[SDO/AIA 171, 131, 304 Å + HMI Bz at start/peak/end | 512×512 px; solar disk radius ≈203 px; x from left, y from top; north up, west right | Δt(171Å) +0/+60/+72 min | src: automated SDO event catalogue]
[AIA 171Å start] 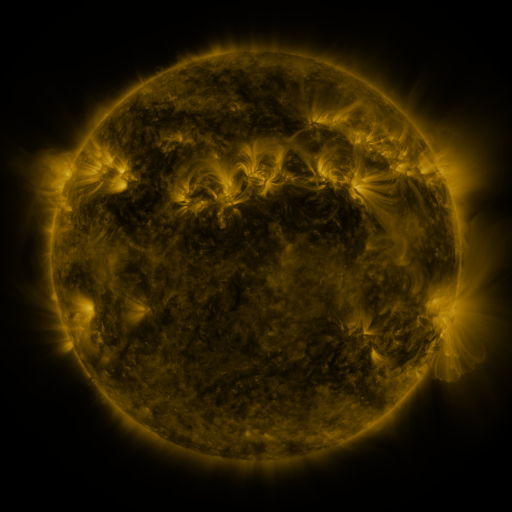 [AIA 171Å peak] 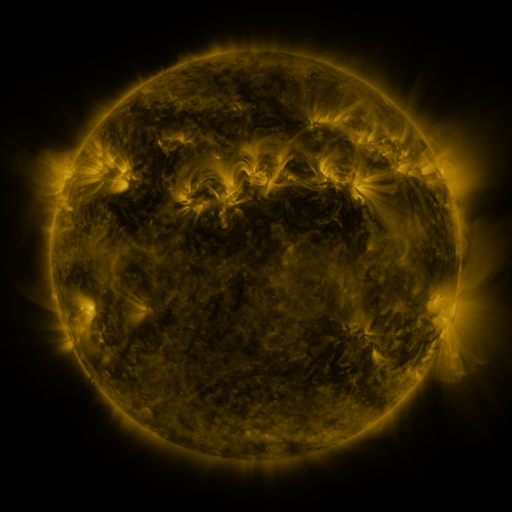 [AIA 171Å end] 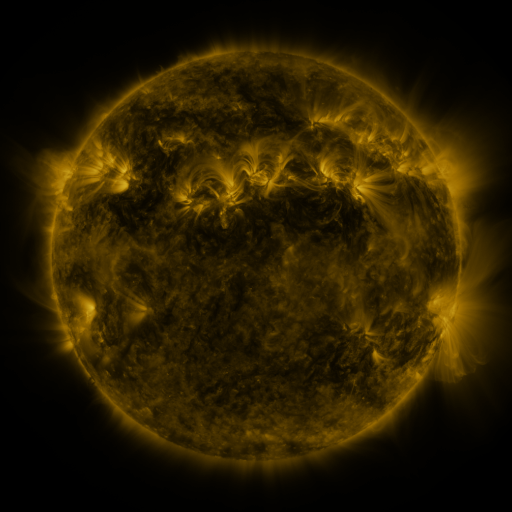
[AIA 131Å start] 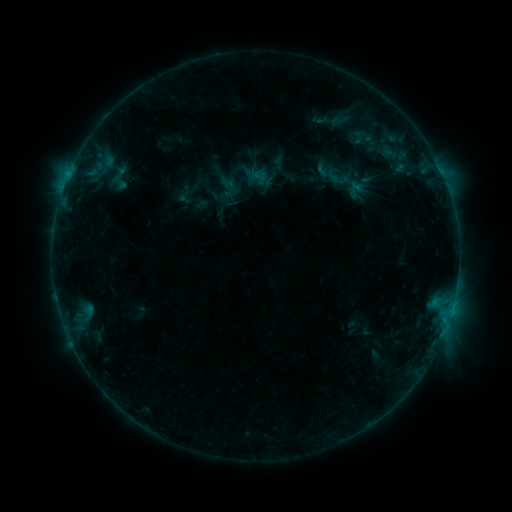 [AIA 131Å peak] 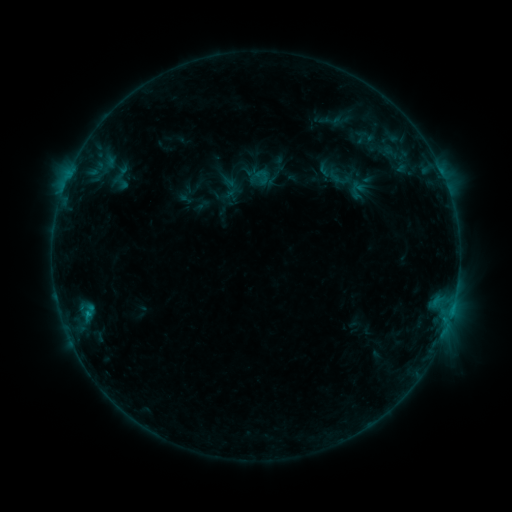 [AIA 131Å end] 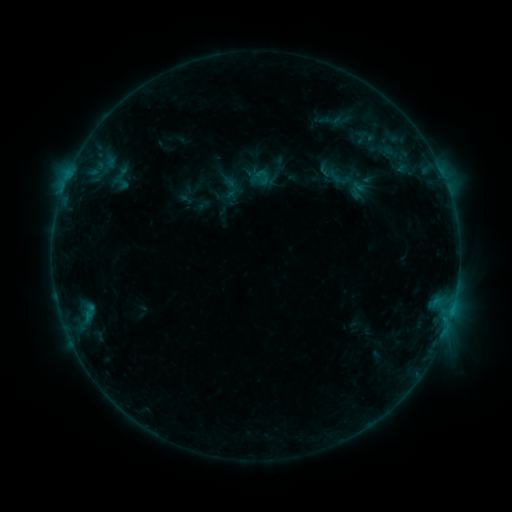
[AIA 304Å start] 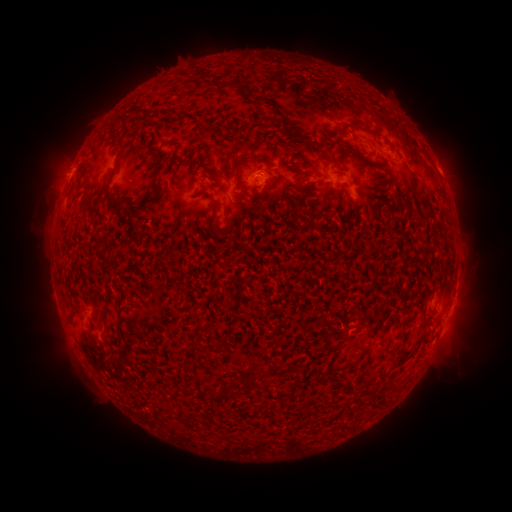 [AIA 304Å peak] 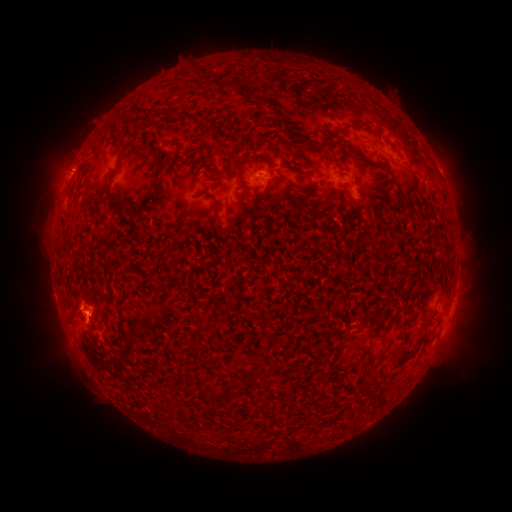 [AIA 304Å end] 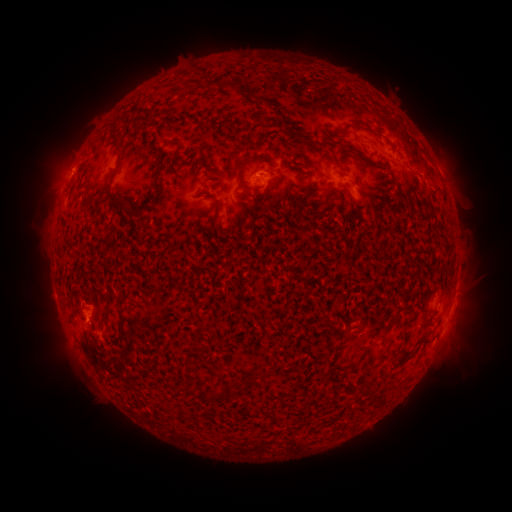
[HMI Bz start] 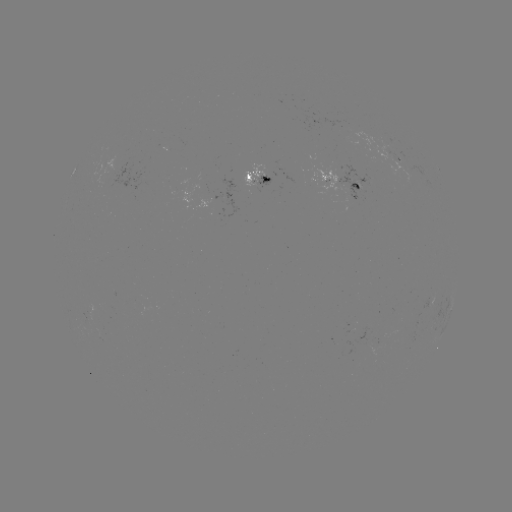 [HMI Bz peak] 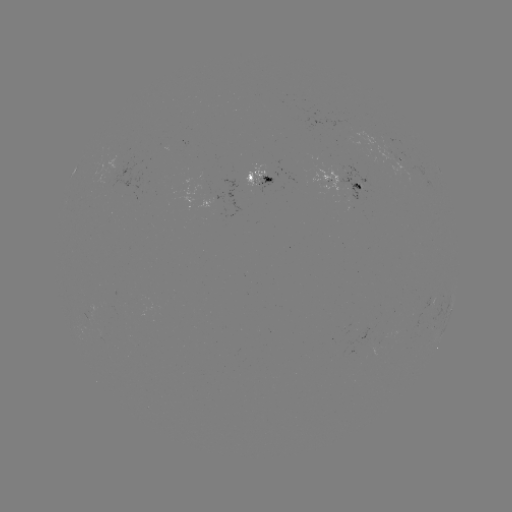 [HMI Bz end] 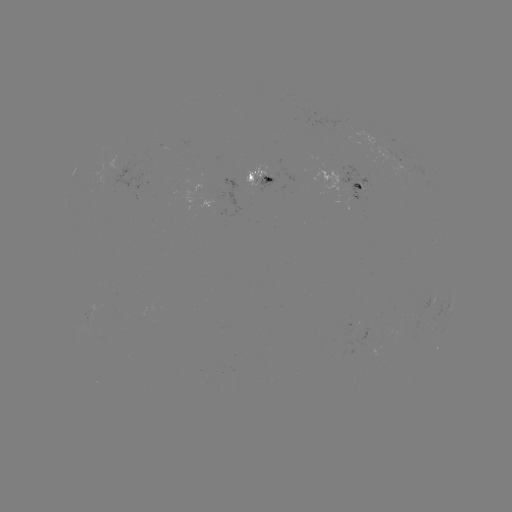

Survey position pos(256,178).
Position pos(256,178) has emerging-flux region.